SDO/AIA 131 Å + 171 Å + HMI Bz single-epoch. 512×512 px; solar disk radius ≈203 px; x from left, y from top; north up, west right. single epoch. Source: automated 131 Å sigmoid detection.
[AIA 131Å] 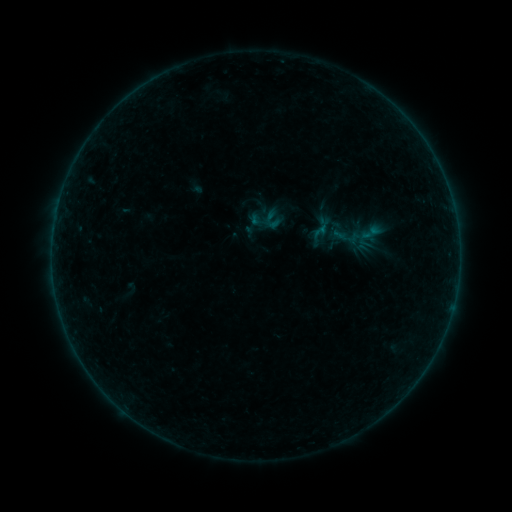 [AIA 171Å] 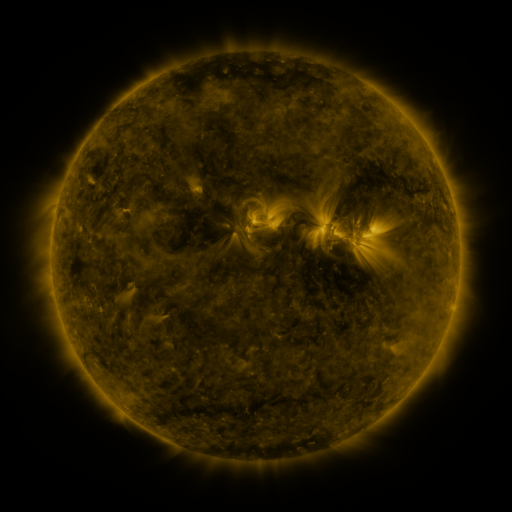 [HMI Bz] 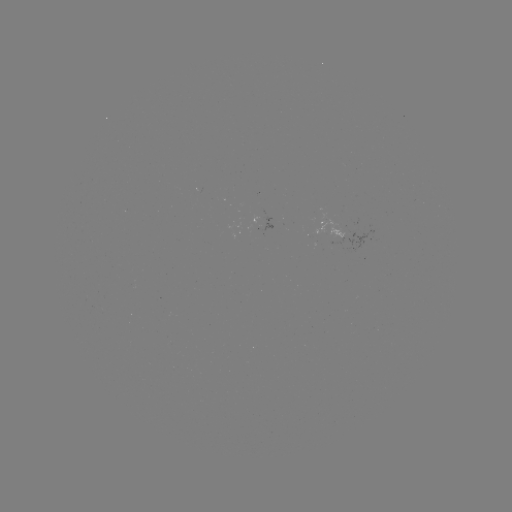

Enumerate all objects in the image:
sigmoid: (249, 209, 274, 233)
sigmoid: (352, 220, 387, 252)
